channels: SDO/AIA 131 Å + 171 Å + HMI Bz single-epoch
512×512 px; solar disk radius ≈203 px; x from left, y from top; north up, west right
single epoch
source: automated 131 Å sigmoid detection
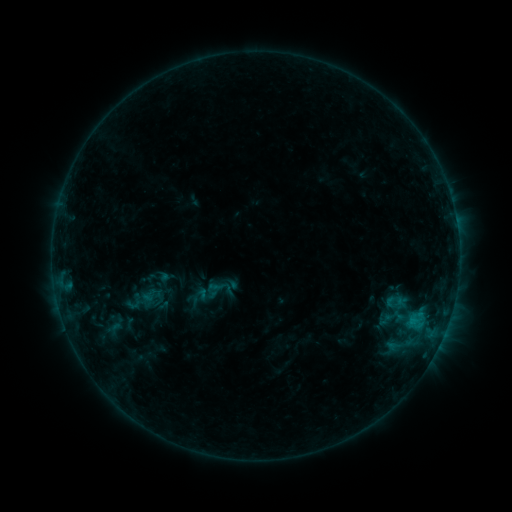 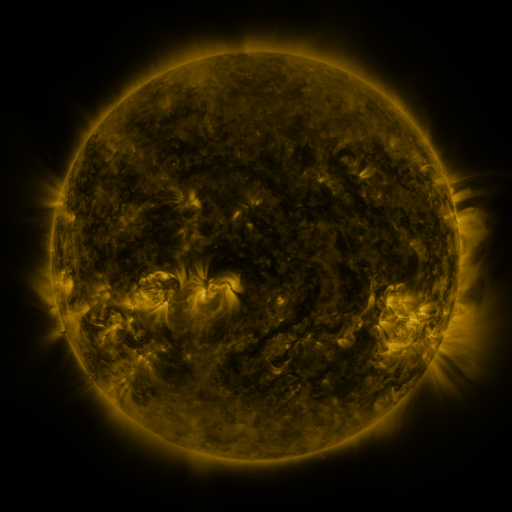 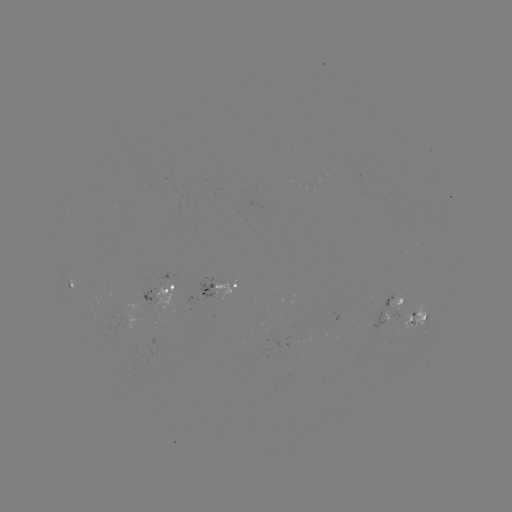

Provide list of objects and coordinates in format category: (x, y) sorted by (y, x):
sigmoid: (165, 283)
